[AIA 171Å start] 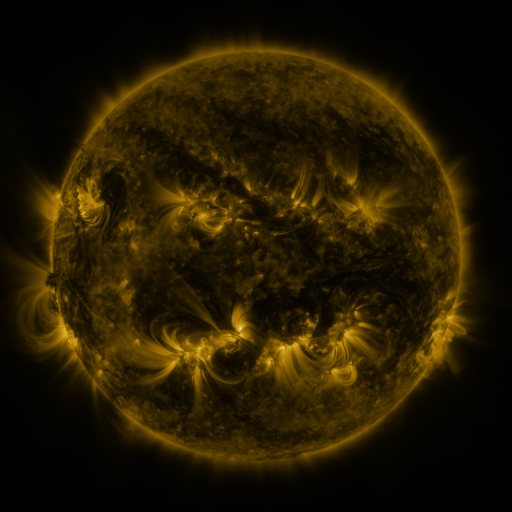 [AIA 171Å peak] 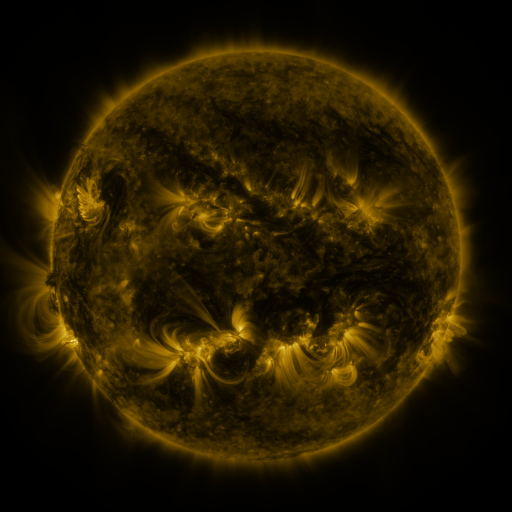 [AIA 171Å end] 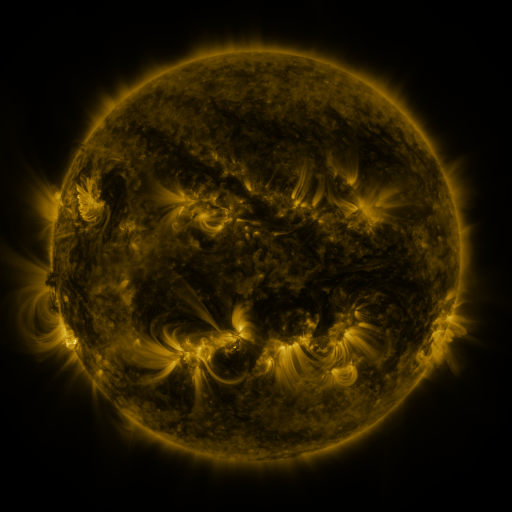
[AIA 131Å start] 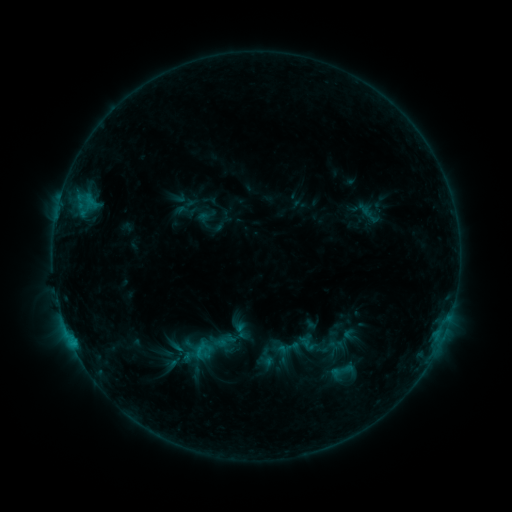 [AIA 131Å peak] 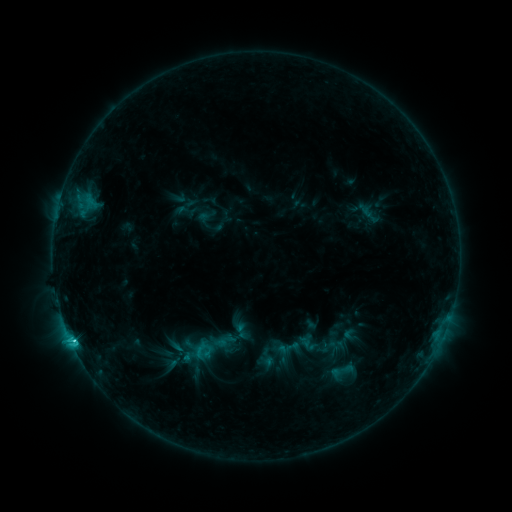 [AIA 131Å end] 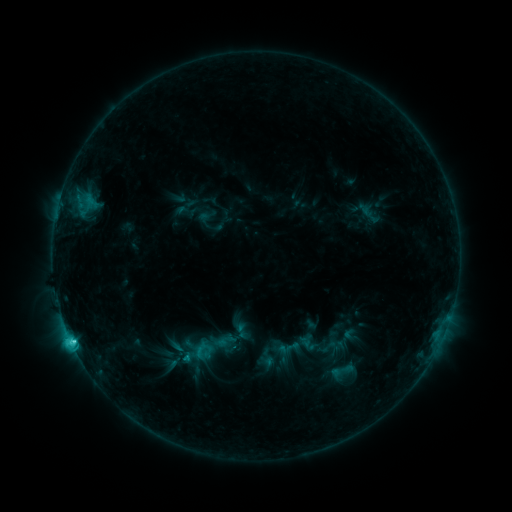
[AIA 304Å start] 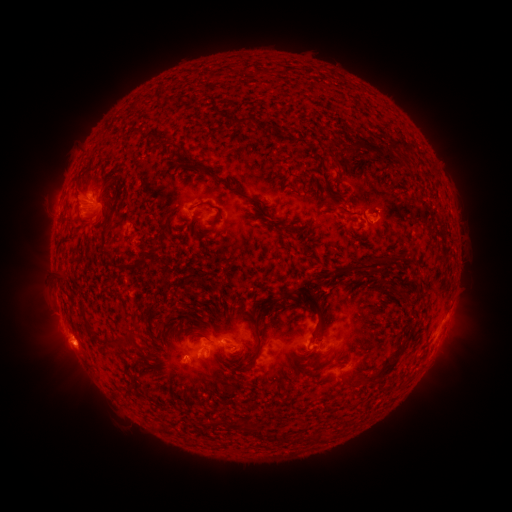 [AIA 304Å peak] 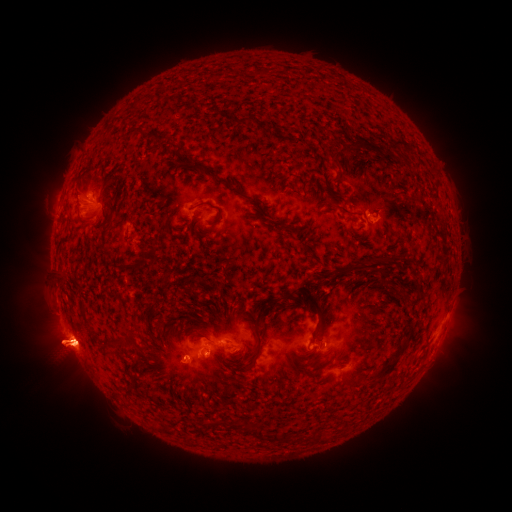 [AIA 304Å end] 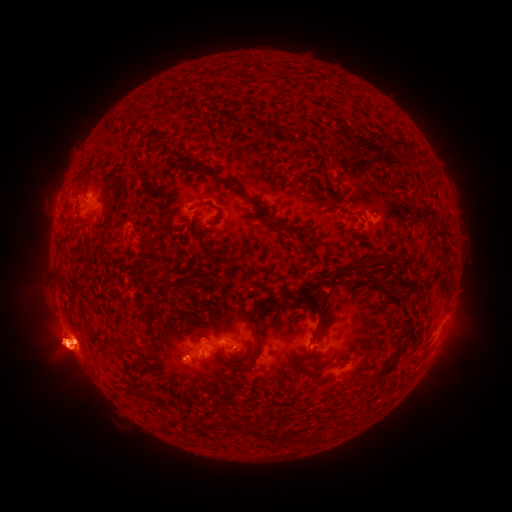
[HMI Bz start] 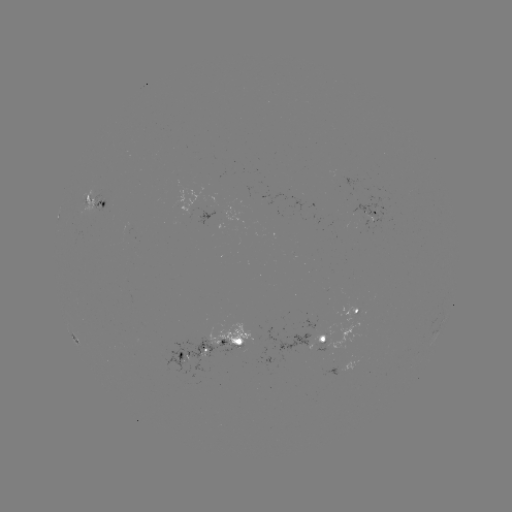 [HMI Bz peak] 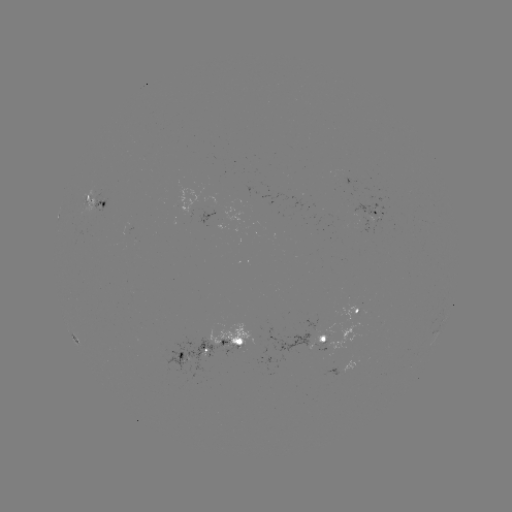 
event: flare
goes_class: C5.0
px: (73, 341)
